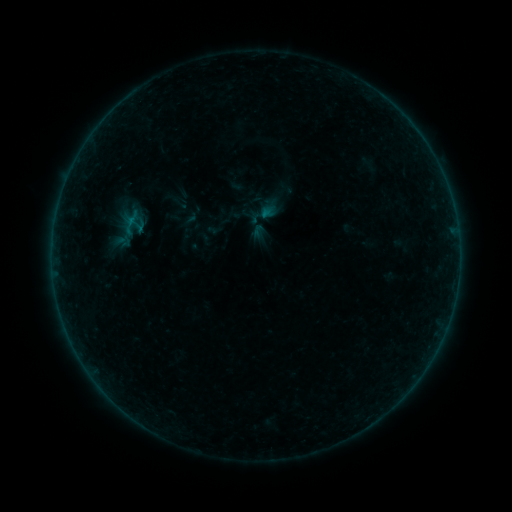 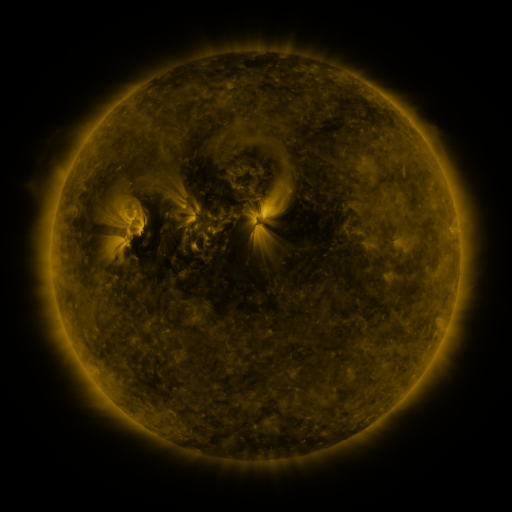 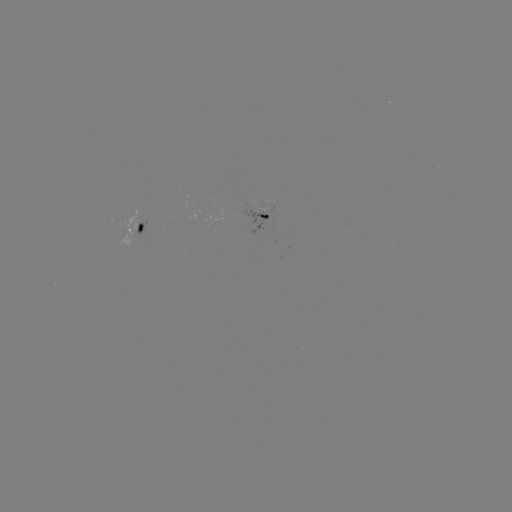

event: sigmoid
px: (136, 224)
